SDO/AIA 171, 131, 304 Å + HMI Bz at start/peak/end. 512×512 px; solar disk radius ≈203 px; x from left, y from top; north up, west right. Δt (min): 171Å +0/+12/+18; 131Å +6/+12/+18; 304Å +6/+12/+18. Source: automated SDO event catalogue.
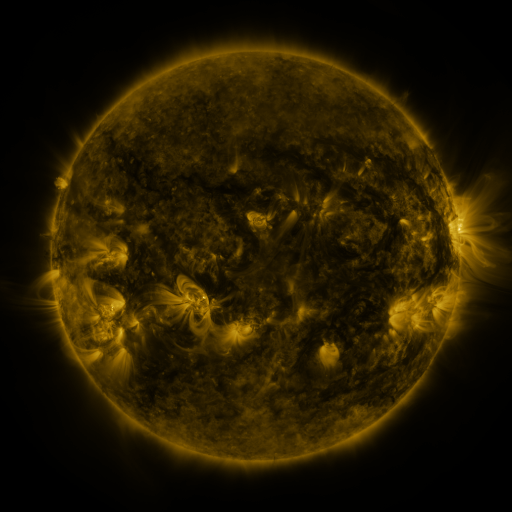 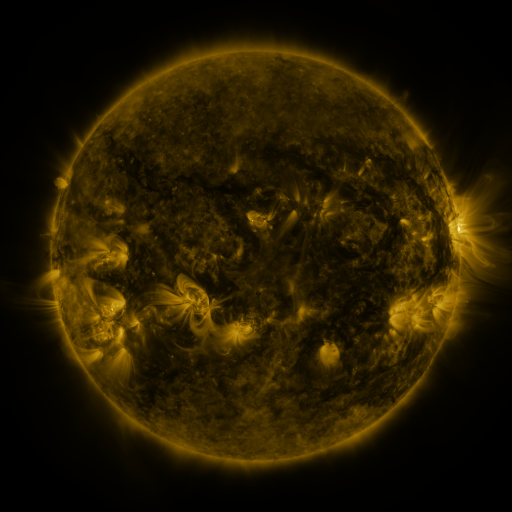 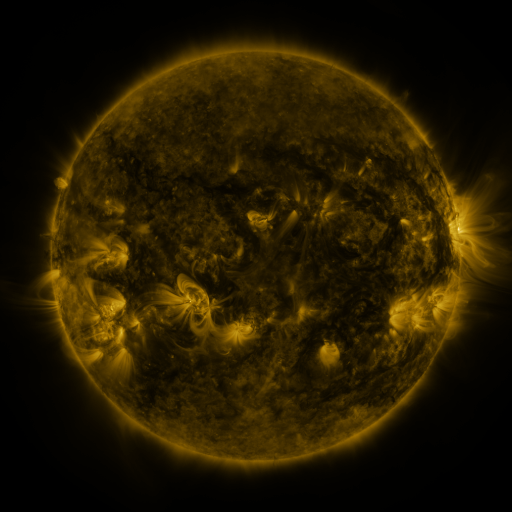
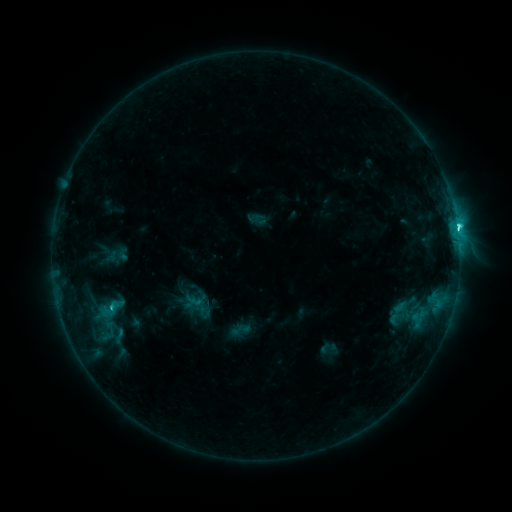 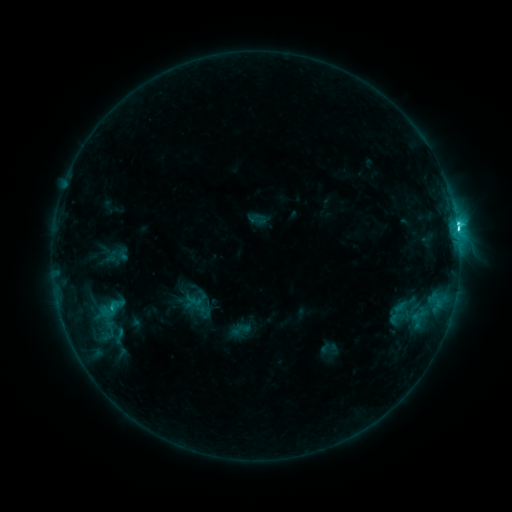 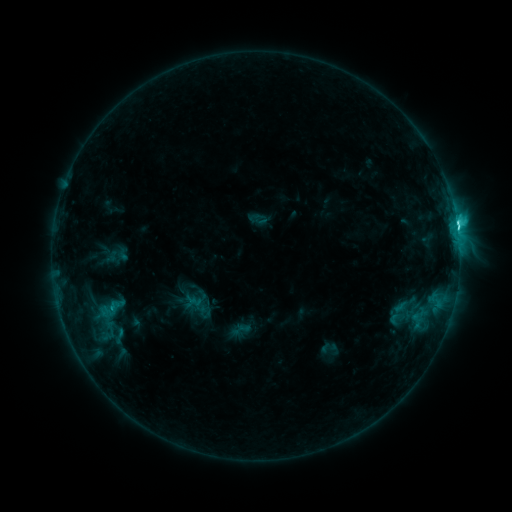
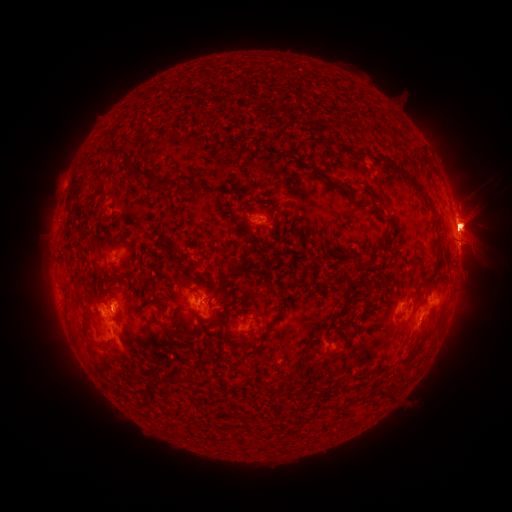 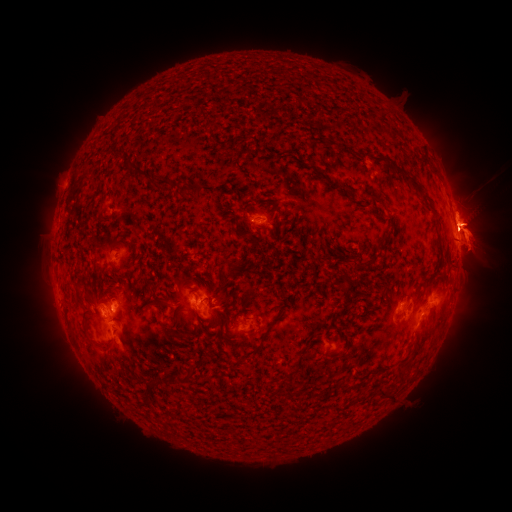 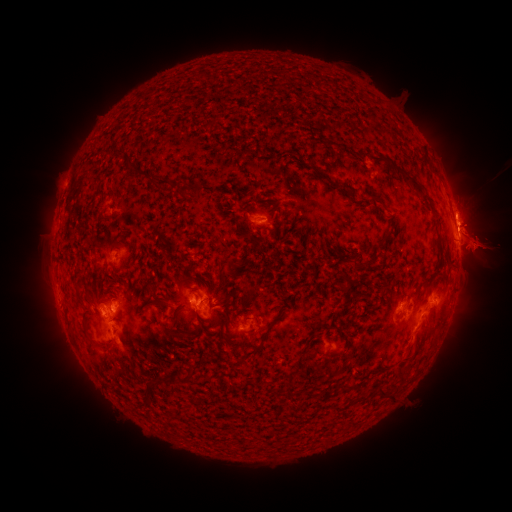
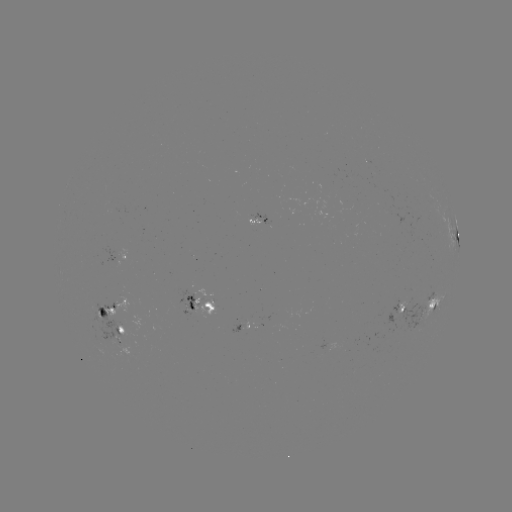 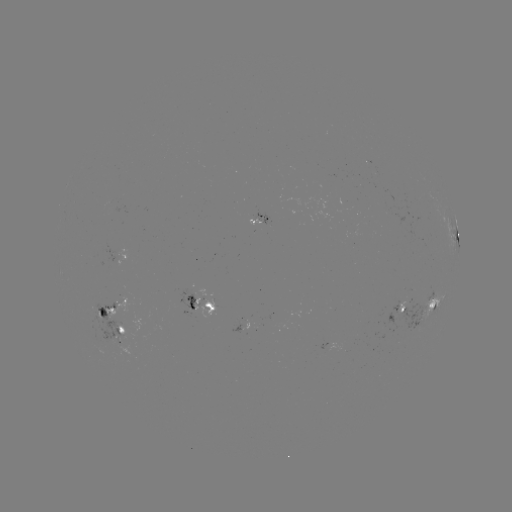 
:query eruption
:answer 404,229